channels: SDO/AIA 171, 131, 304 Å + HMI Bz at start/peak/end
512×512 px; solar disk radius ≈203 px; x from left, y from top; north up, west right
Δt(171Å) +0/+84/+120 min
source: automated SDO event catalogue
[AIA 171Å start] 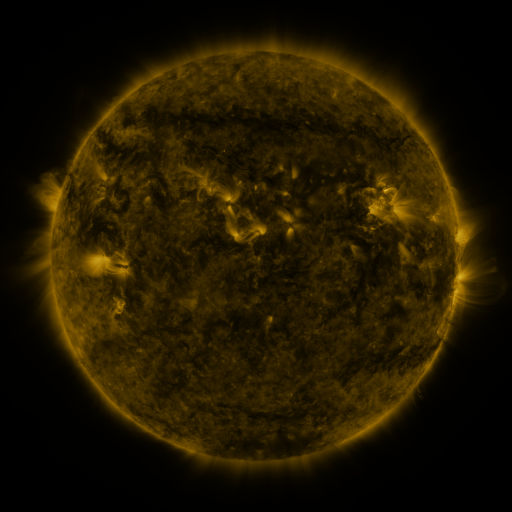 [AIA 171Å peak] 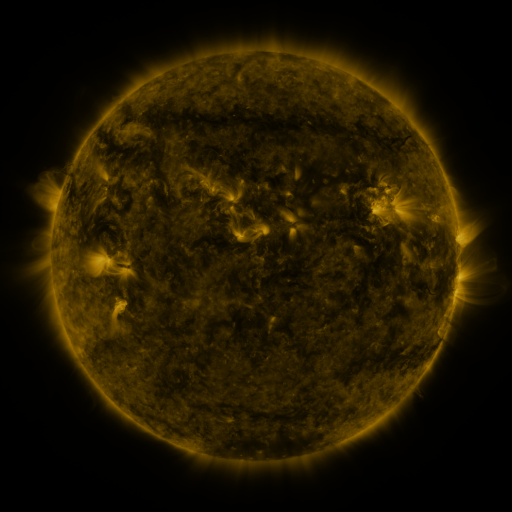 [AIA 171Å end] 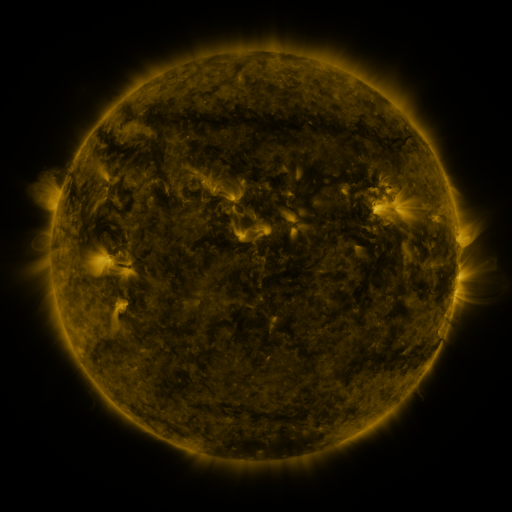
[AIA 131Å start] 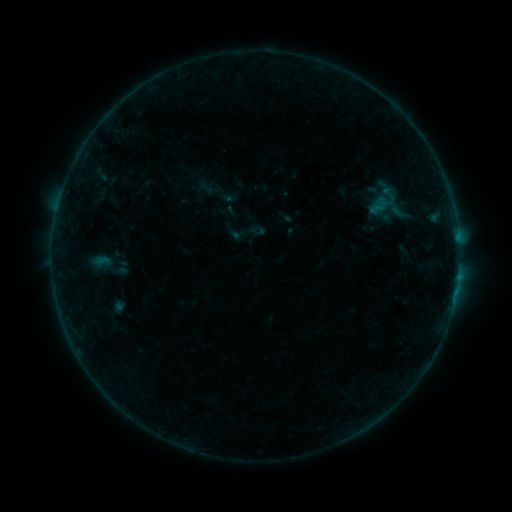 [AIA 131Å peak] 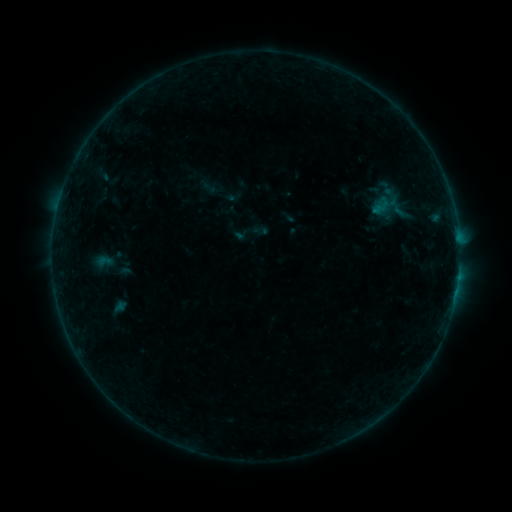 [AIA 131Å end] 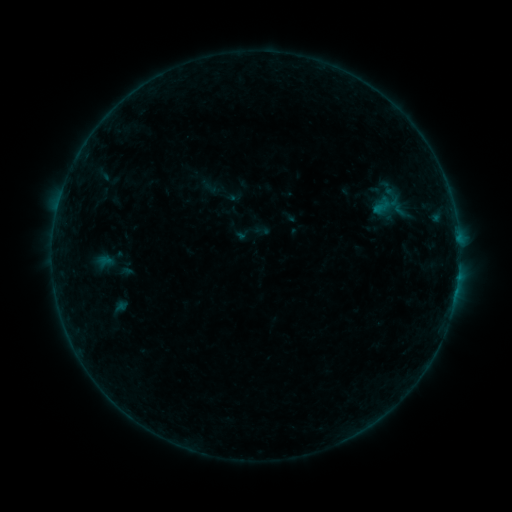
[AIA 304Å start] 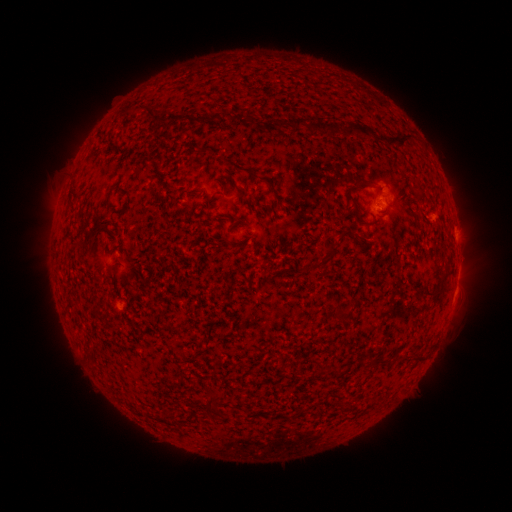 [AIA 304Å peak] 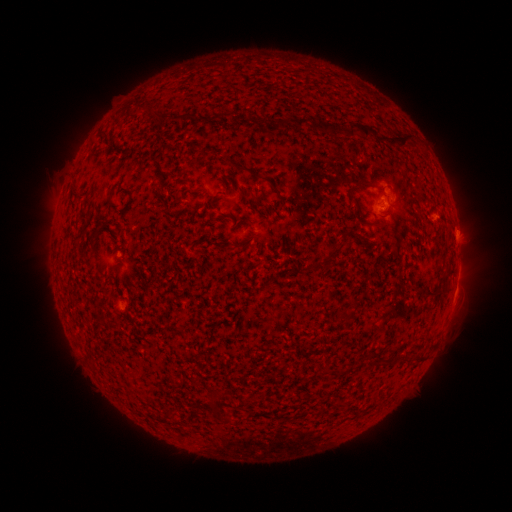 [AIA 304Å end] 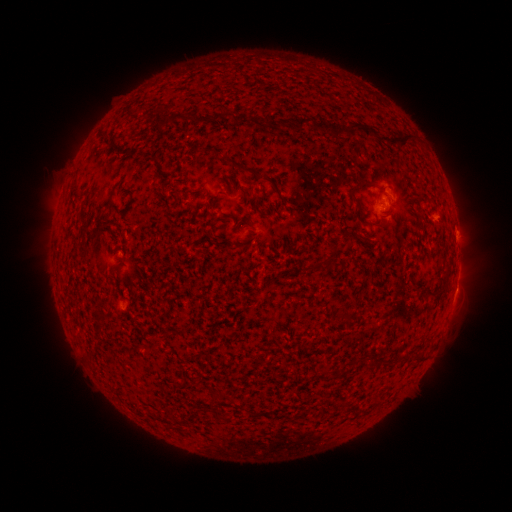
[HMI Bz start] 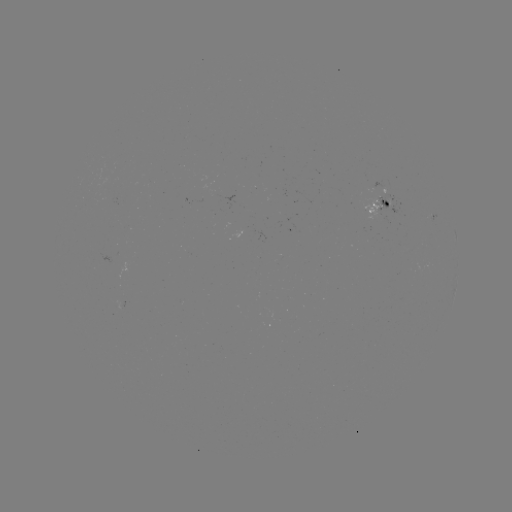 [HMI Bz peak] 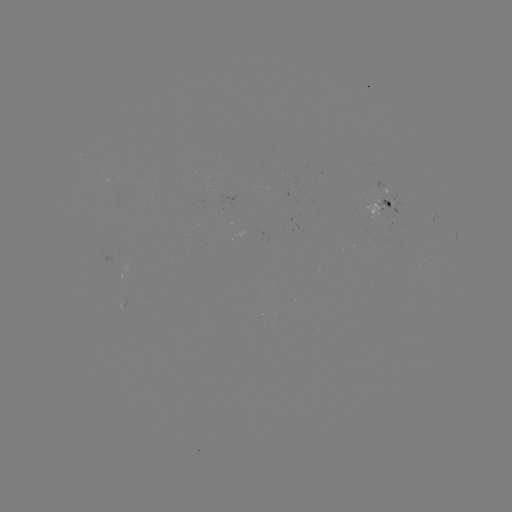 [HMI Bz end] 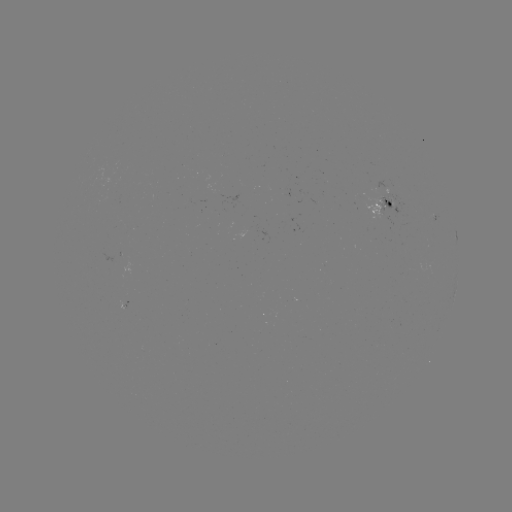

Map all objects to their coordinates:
emerging-flux region: (220, 193)
